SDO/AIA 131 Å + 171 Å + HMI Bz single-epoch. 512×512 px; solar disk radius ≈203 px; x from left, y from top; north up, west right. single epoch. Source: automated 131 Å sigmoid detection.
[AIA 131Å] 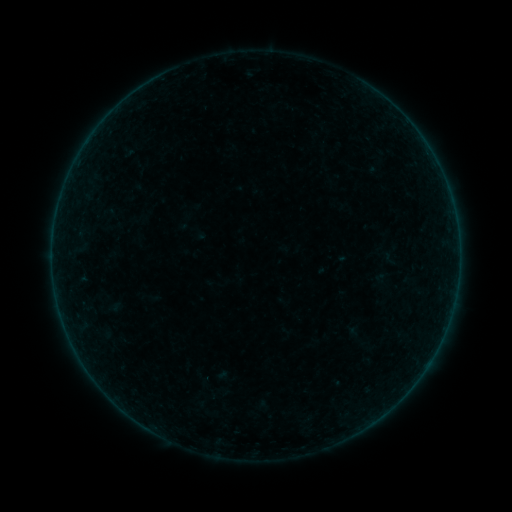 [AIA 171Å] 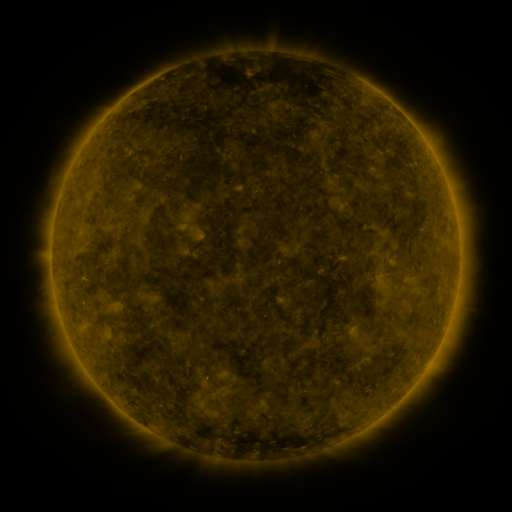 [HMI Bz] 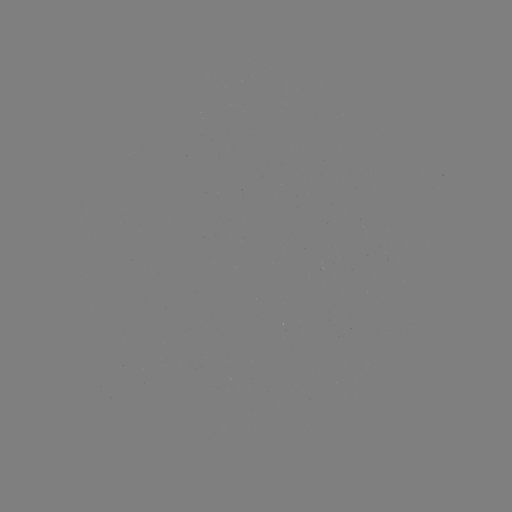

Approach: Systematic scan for sigmoid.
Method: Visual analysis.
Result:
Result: sigmoid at [390, 254].